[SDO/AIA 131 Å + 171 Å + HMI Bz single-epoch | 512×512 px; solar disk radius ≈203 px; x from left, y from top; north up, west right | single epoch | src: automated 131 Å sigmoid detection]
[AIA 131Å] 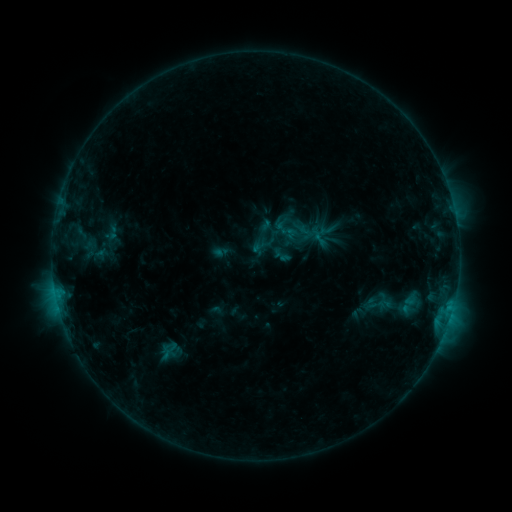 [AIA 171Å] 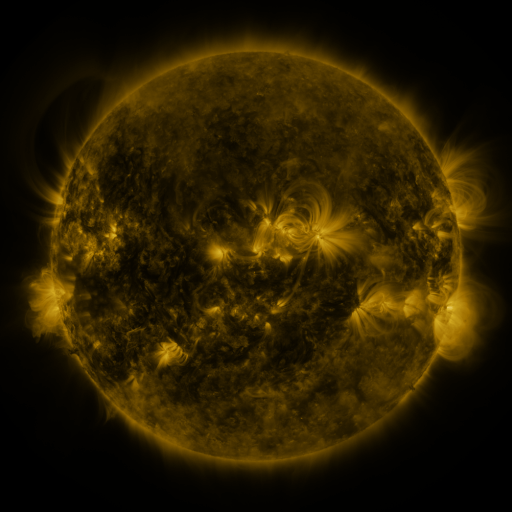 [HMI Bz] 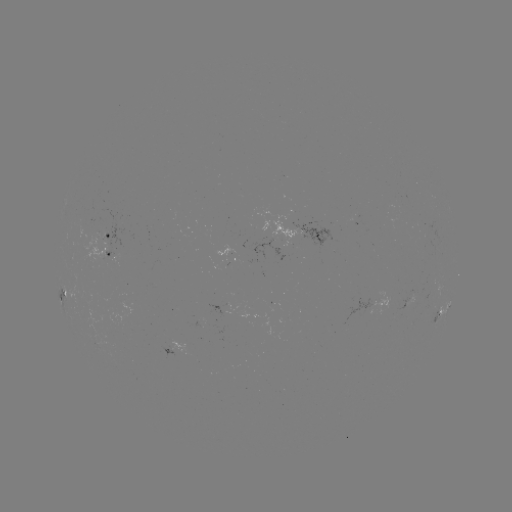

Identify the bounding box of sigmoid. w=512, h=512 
[102, 221, 121, 244].